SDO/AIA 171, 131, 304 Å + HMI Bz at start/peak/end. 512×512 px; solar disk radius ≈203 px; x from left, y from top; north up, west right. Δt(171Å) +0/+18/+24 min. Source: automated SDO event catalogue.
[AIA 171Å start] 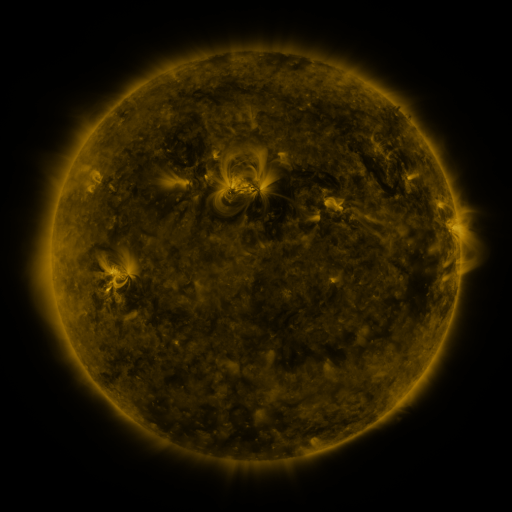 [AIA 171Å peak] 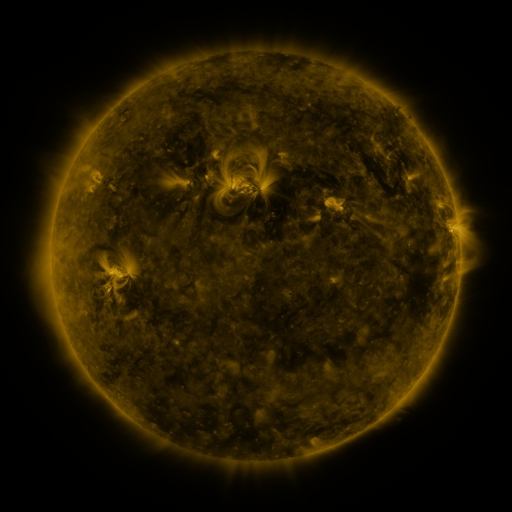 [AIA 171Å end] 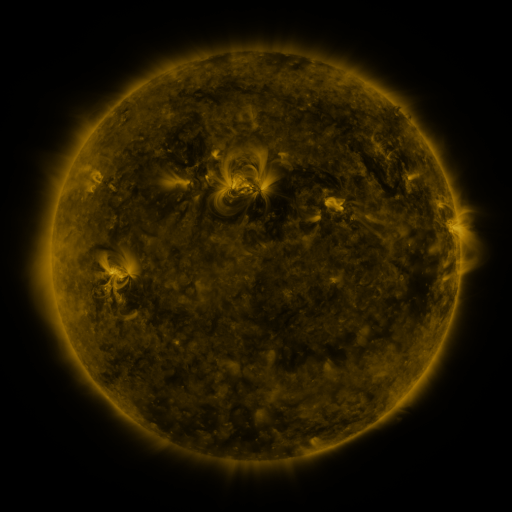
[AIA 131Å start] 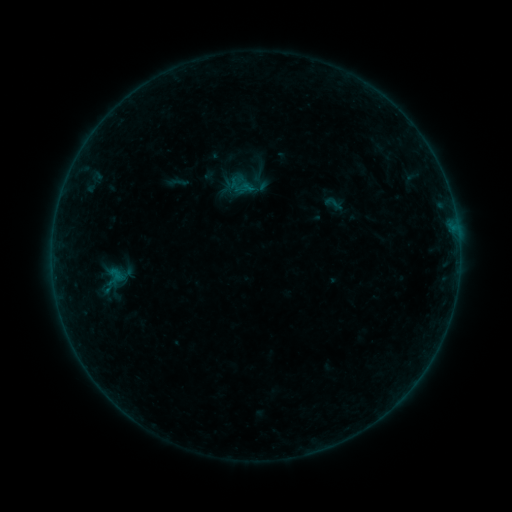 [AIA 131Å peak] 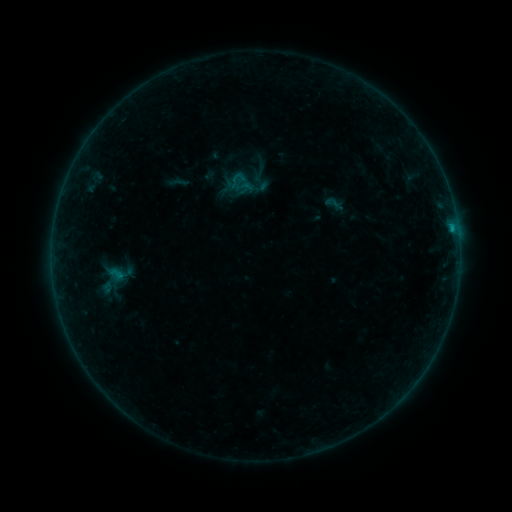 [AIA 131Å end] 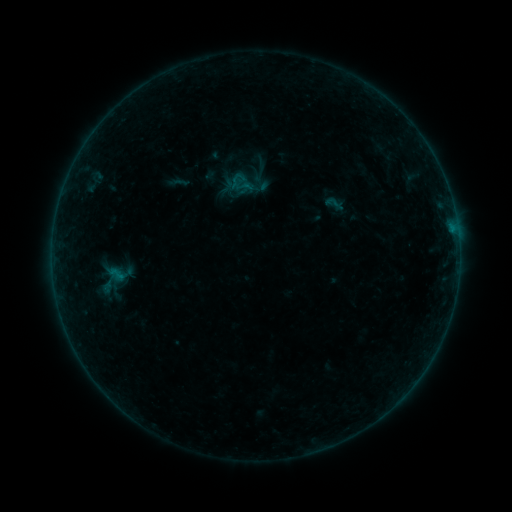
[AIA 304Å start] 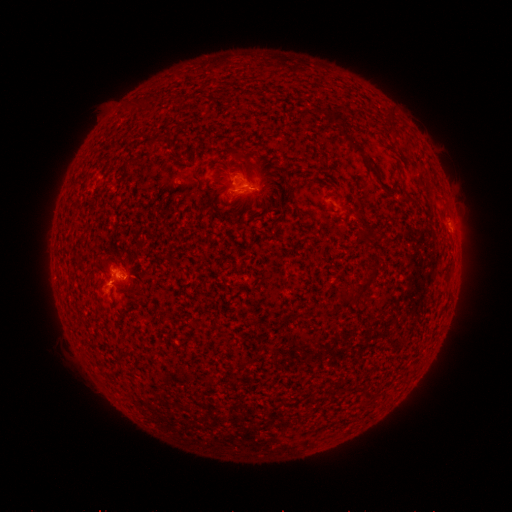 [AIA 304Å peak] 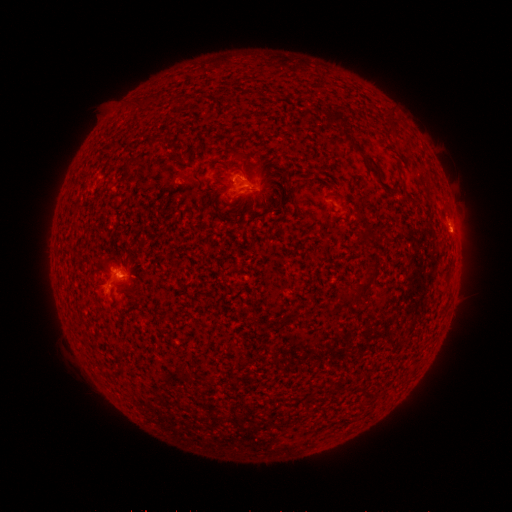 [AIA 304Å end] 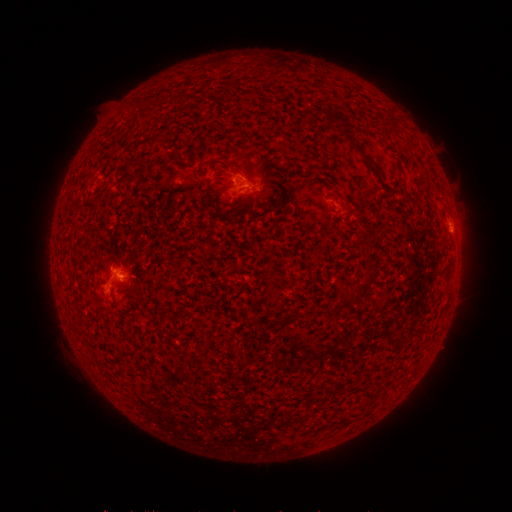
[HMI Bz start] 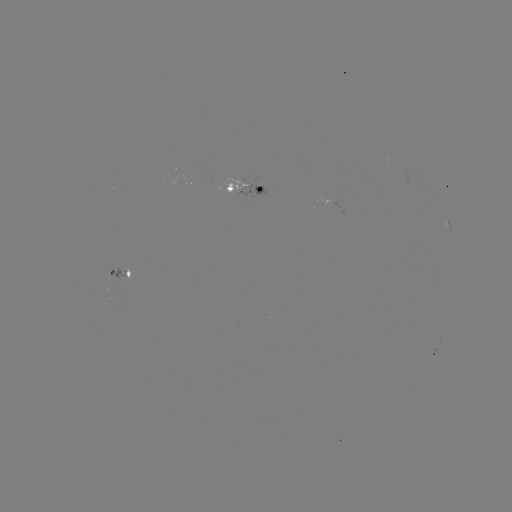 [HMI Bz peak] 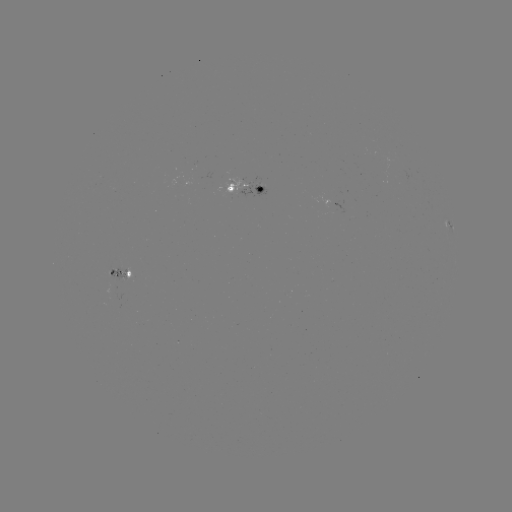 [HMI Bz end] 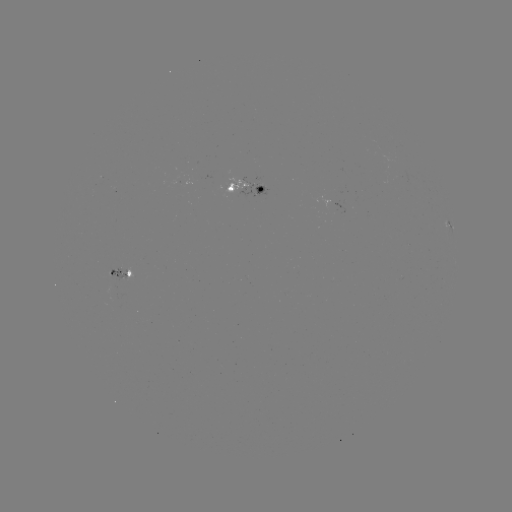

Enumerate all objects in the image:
B4.5 flare: (451, 232)
